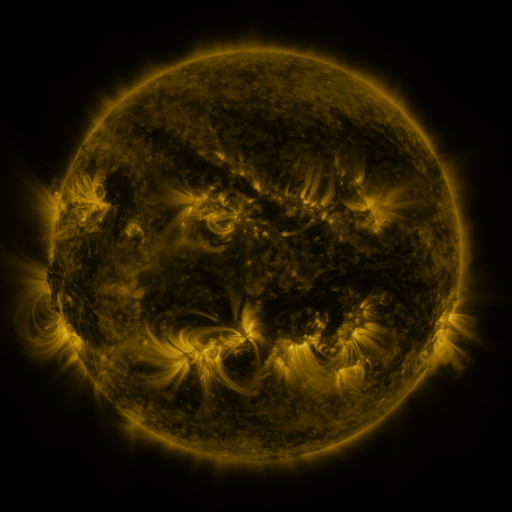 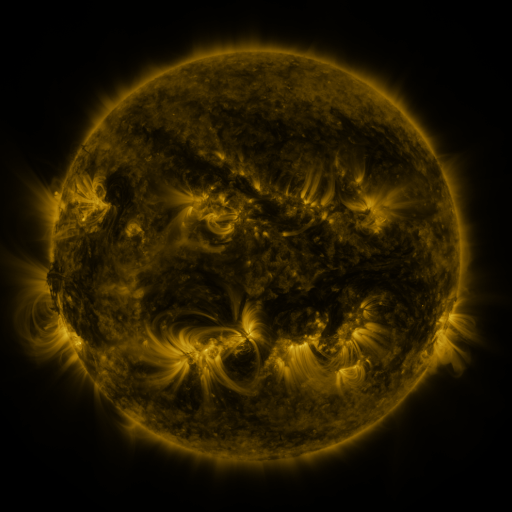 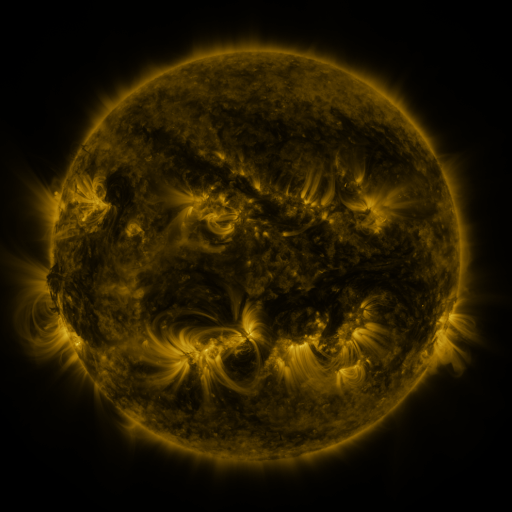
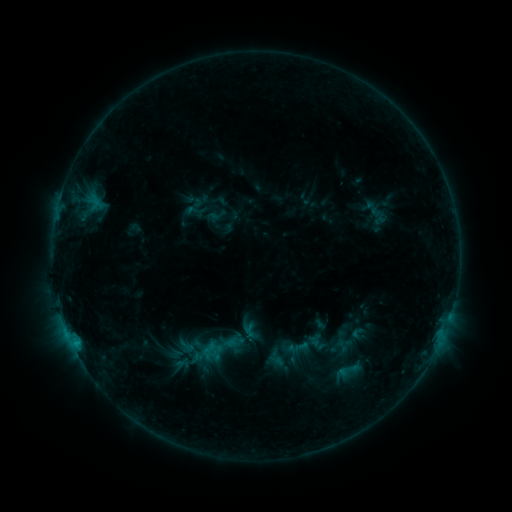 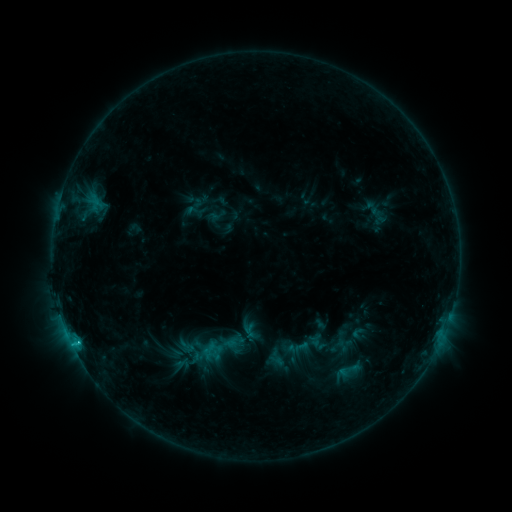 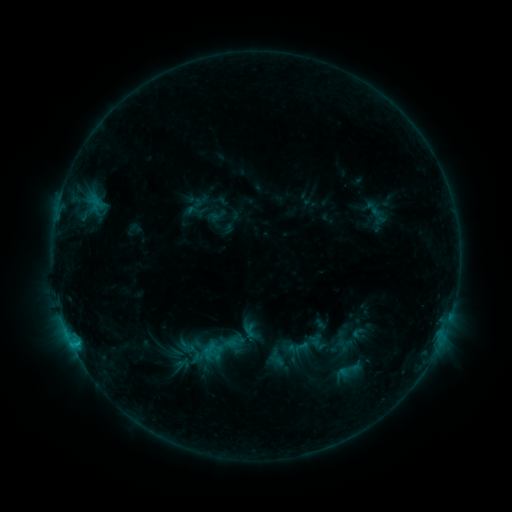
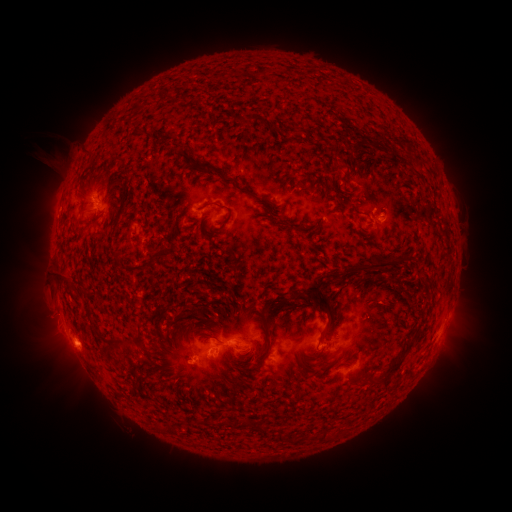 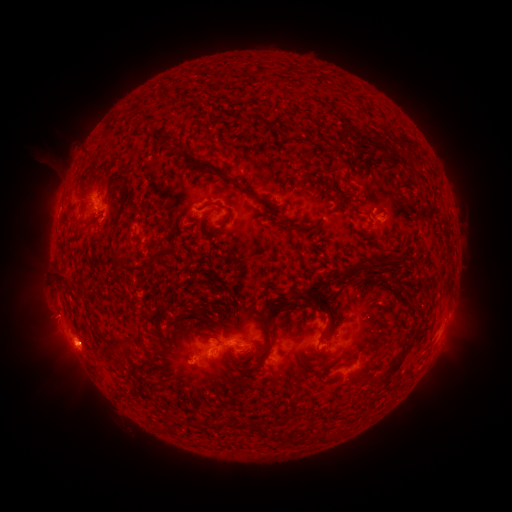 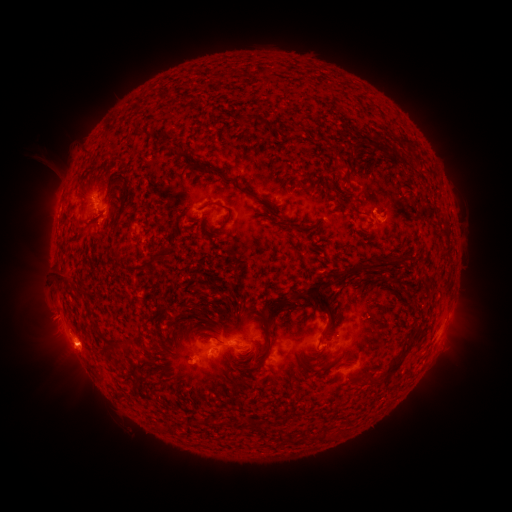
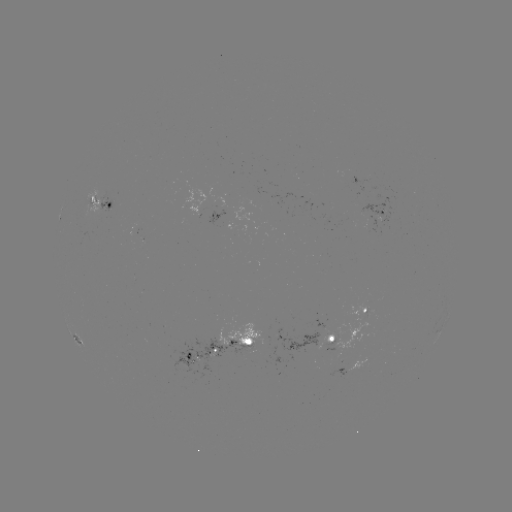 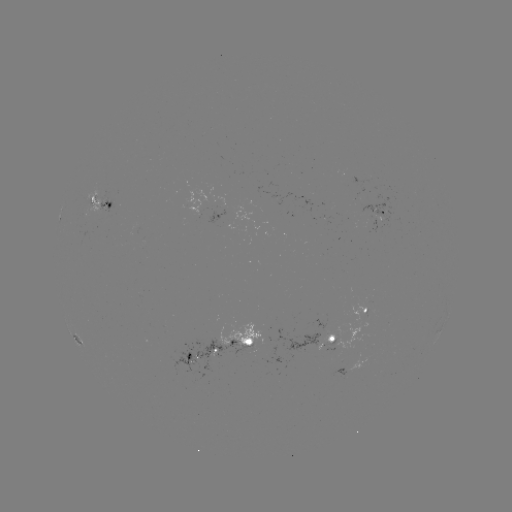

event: flare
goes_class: C1.2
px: (76, 340)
